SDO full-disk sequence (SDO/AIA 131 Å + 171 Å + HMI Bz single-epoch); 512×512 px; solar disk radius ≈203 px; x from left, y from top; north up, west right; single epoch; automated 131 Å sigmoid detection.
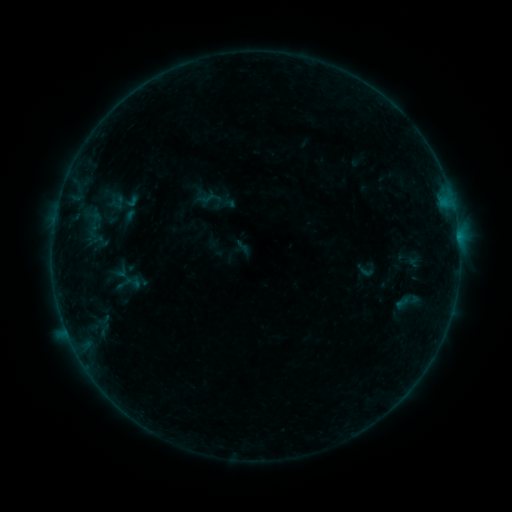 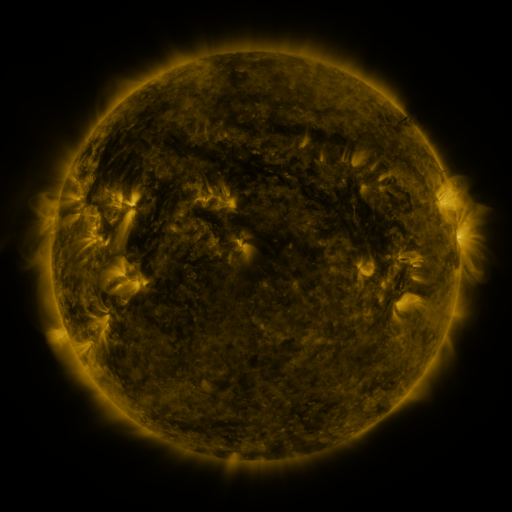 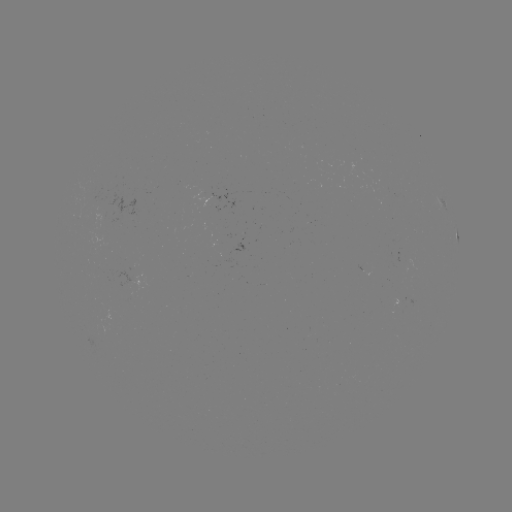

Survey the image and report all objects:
sigmoid: (131, 201)
sigmoid: (365, 271)
sigmoid: (128, 283)
sigmoid: (408, 302)
